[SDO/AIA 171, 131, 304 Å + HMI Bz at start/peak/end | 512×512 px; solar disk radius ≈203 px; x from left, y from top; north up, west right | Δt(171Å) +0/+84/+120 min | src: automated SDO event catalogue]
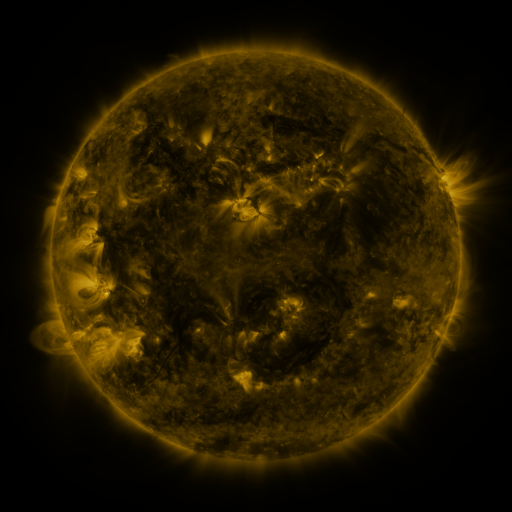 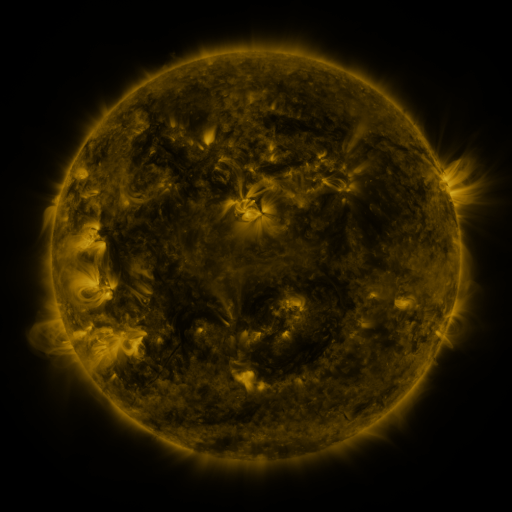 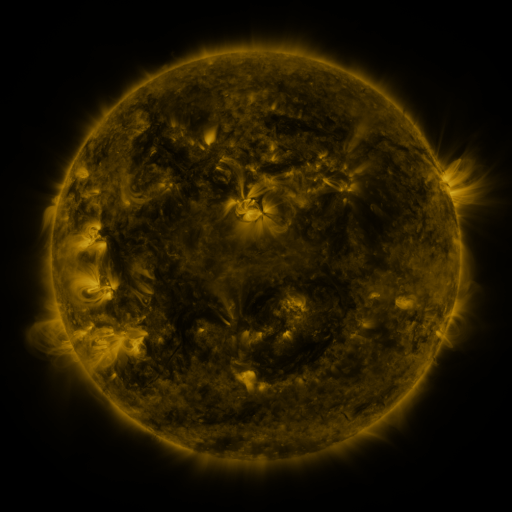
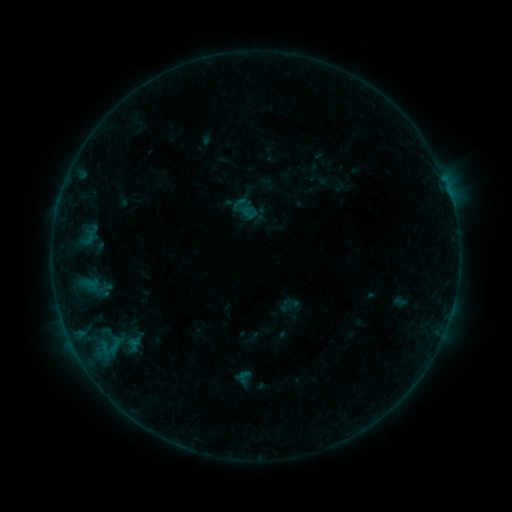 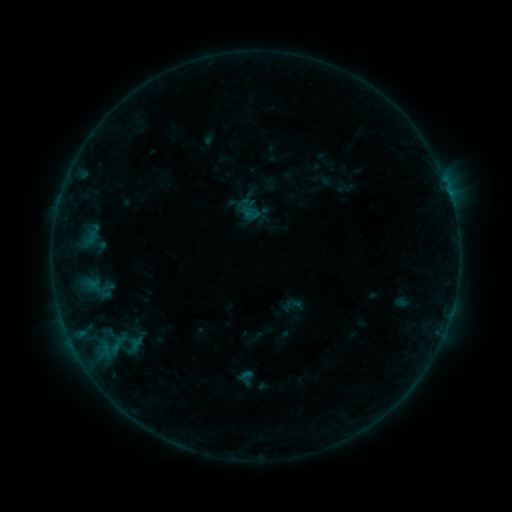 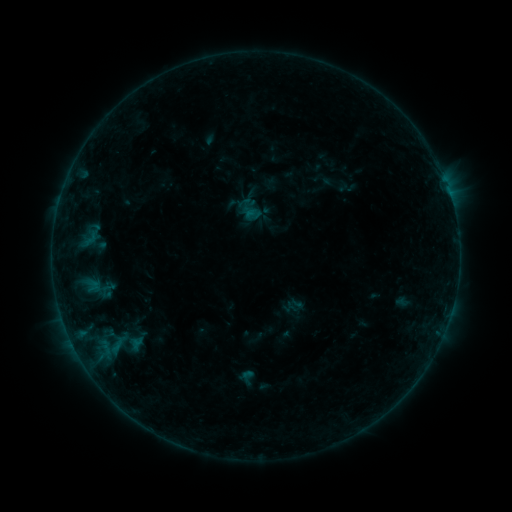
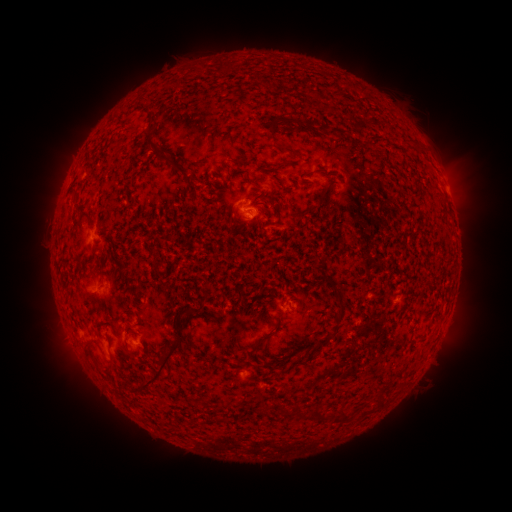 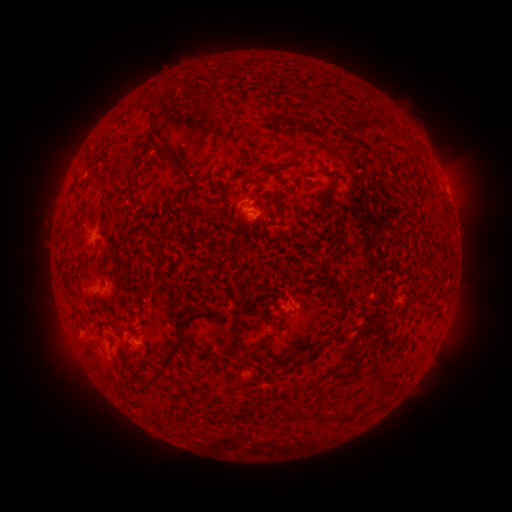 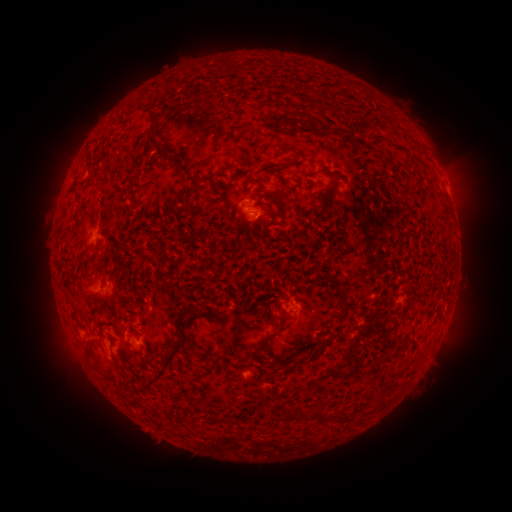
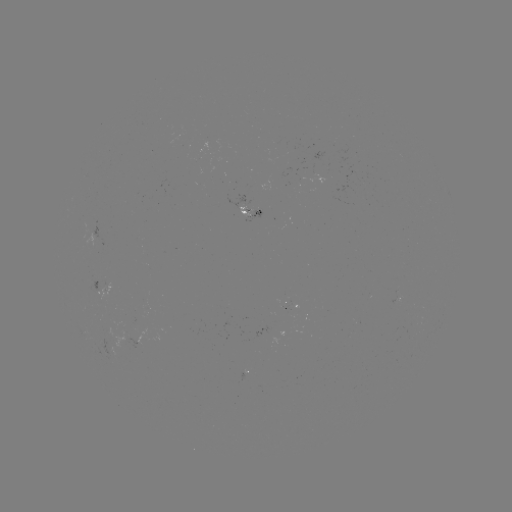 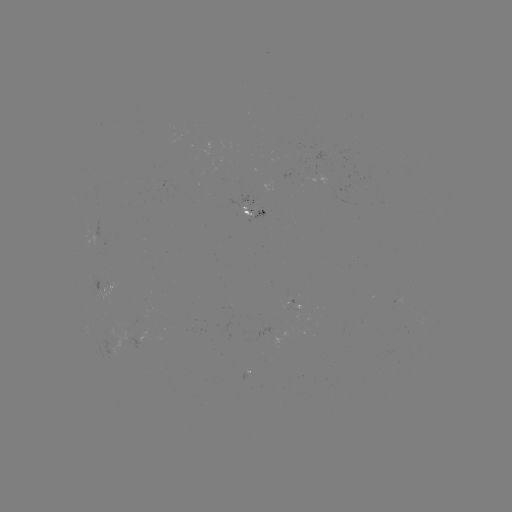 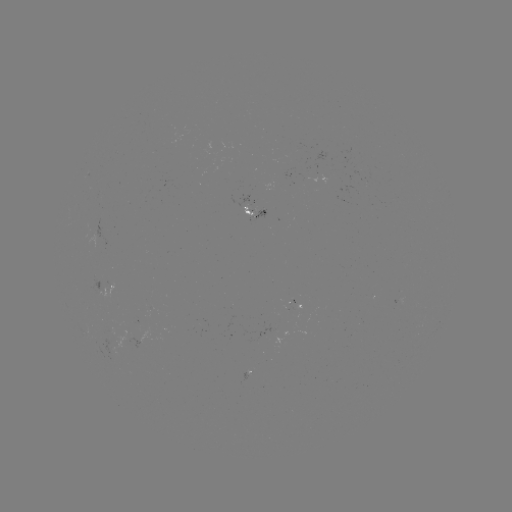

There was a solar emerging-flux region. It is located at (256, 212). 